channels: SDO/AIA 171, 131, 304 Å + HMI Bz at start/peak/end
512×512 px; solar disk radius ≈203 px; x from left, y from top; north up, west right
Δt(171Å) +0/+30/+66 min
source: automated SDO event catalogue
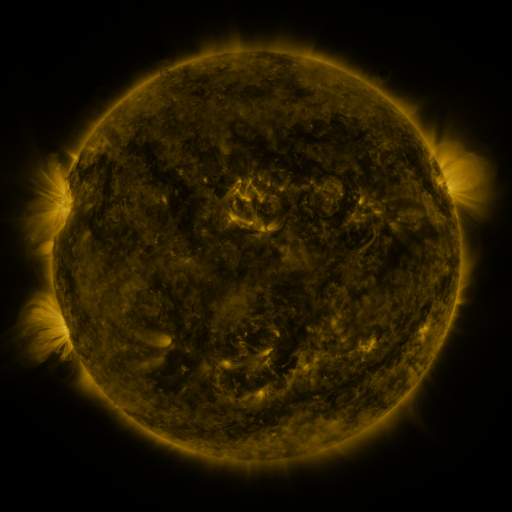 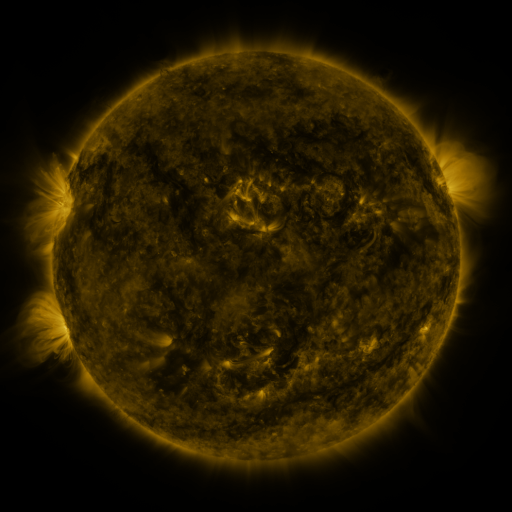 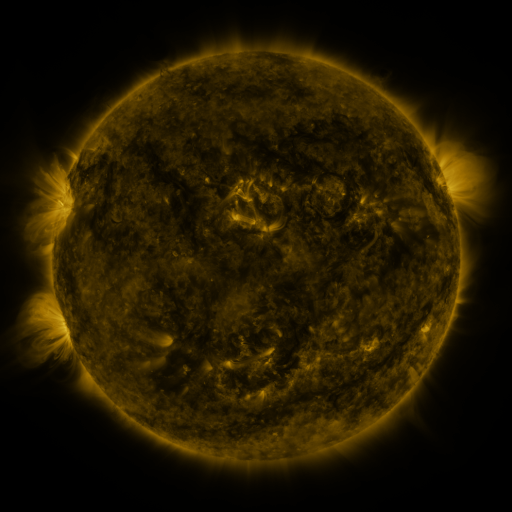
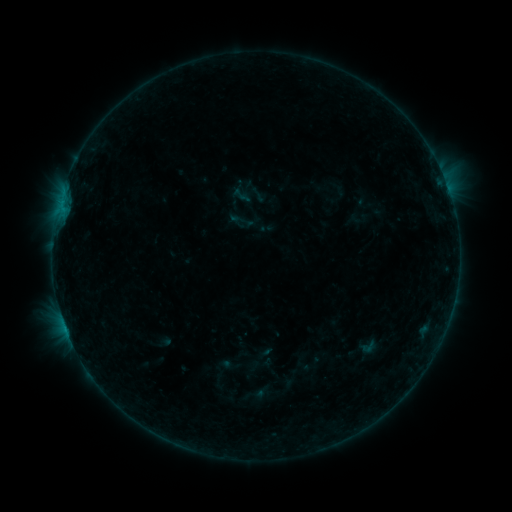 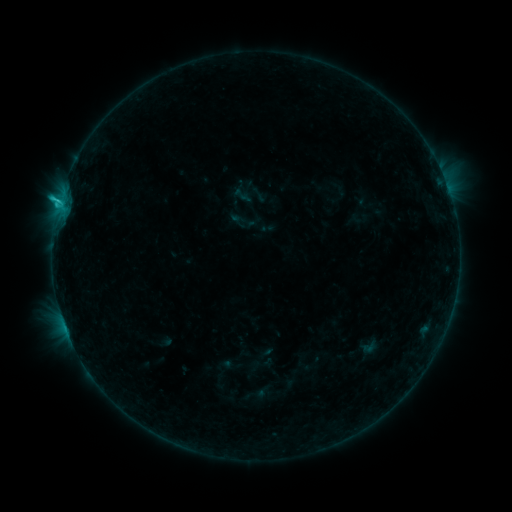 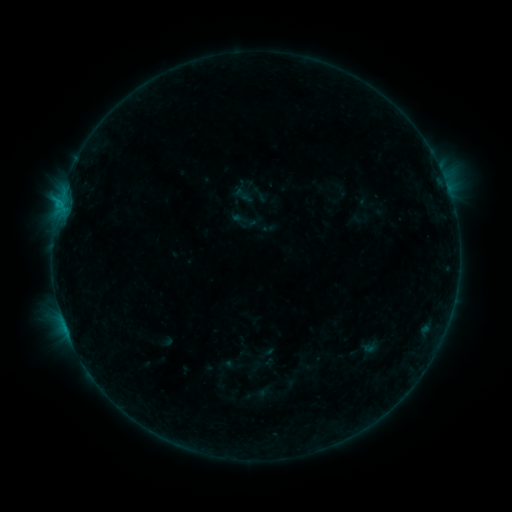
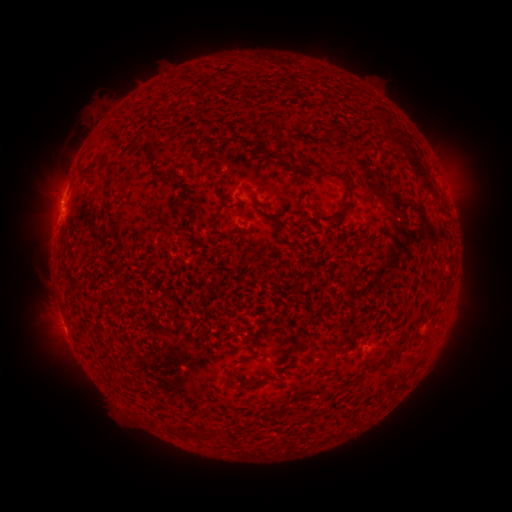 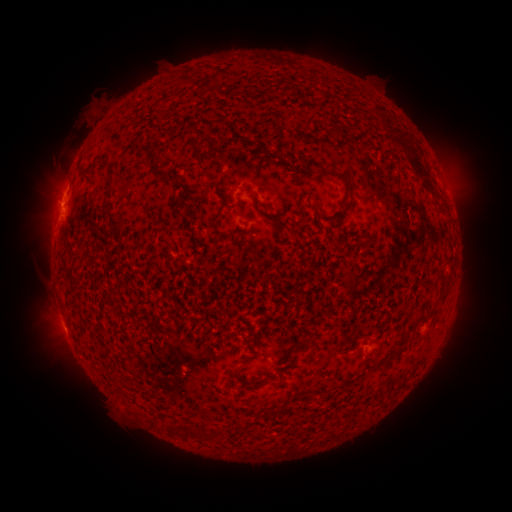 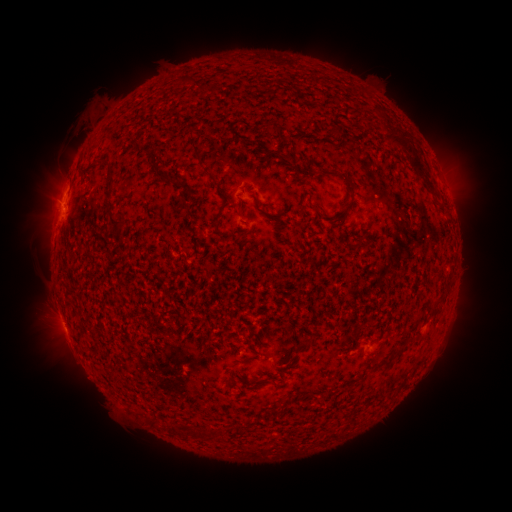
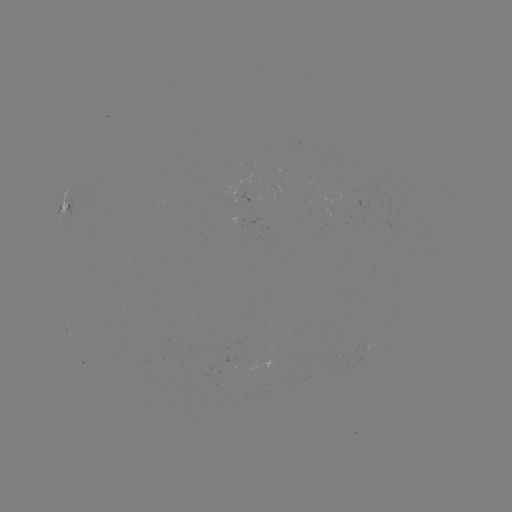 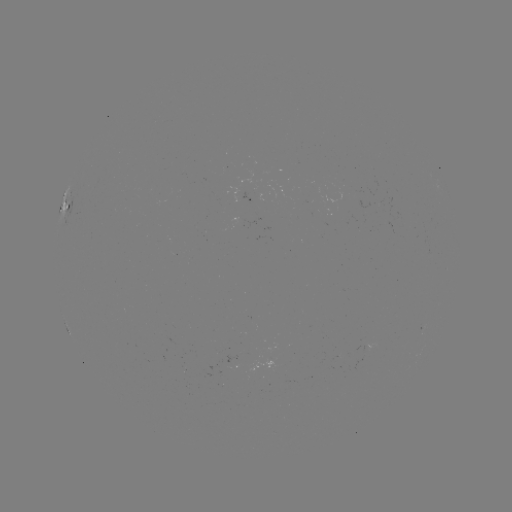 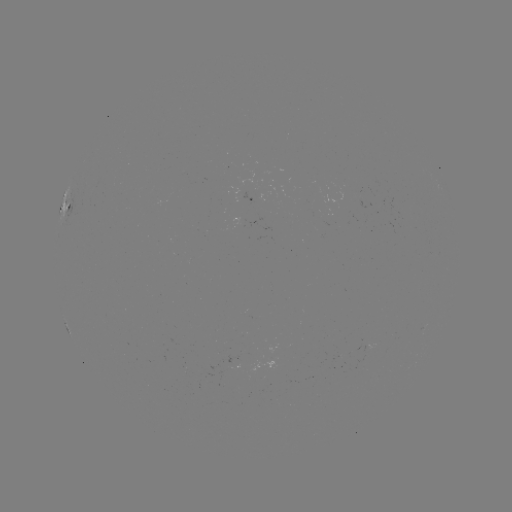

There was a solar flare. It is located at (59, 204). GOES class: C1.3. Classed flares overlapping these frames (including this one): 1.